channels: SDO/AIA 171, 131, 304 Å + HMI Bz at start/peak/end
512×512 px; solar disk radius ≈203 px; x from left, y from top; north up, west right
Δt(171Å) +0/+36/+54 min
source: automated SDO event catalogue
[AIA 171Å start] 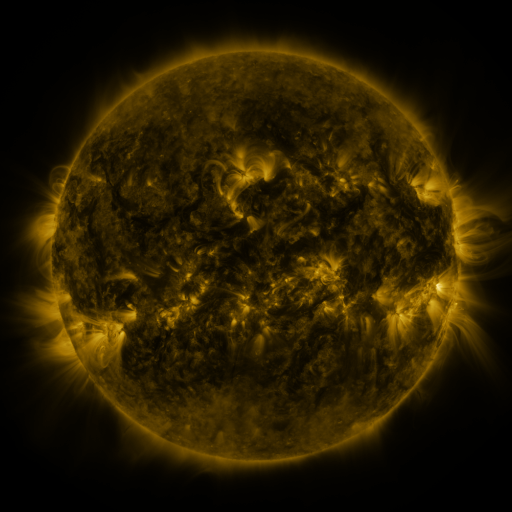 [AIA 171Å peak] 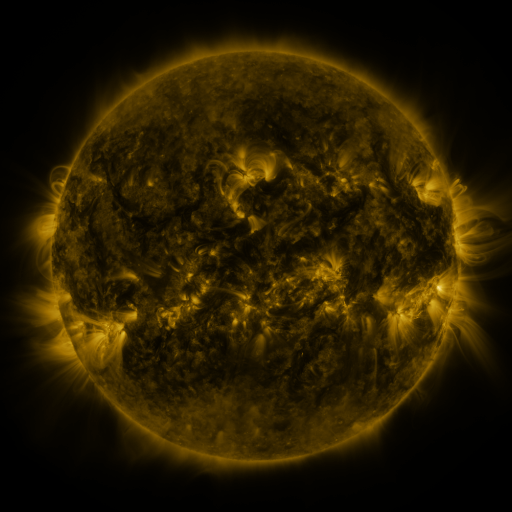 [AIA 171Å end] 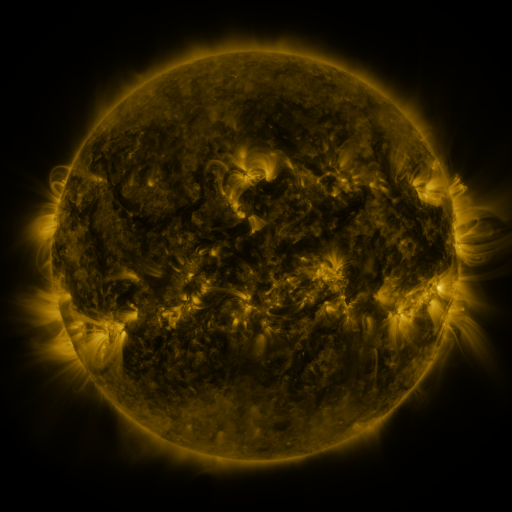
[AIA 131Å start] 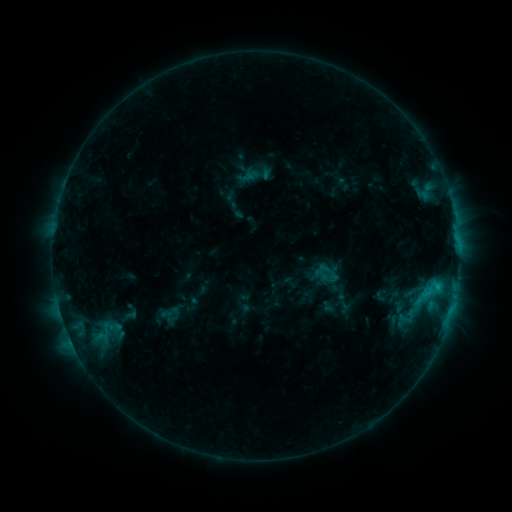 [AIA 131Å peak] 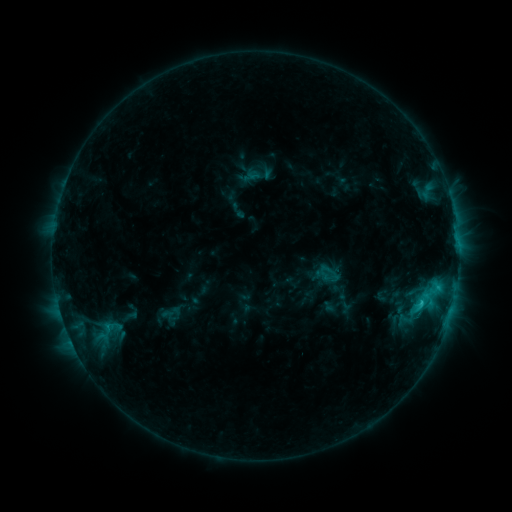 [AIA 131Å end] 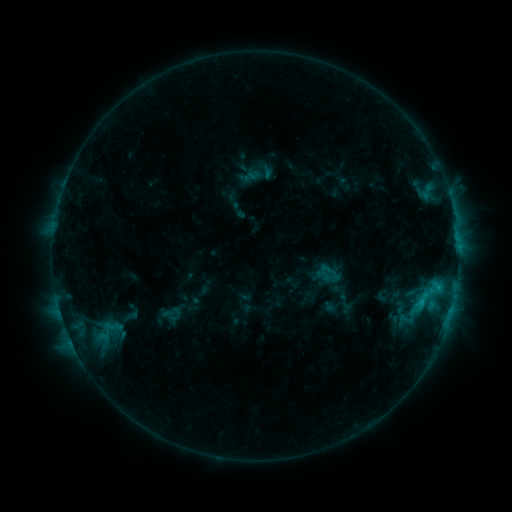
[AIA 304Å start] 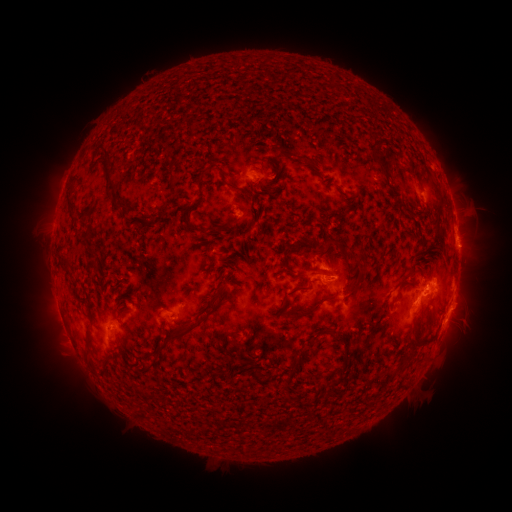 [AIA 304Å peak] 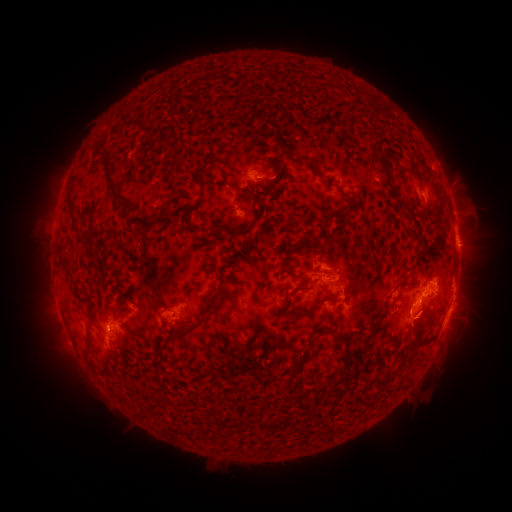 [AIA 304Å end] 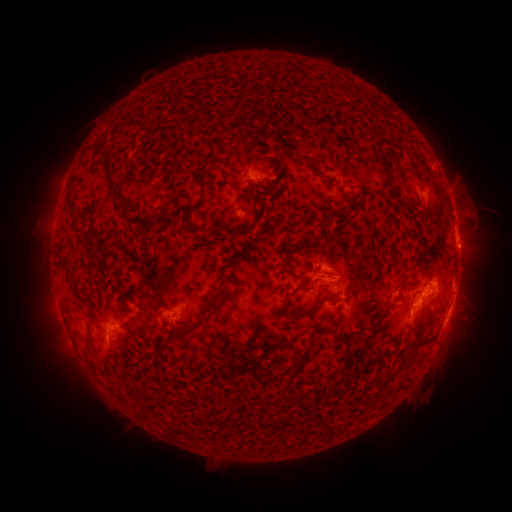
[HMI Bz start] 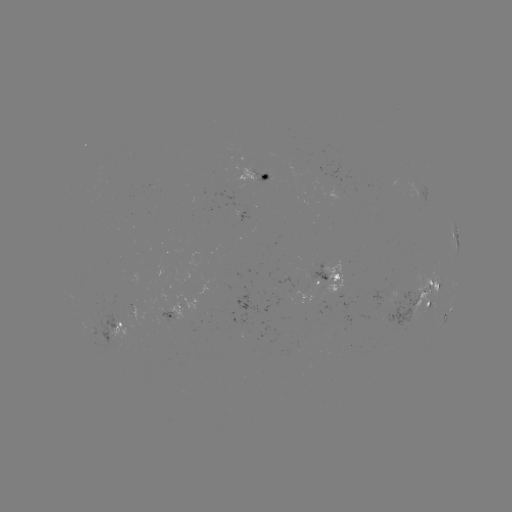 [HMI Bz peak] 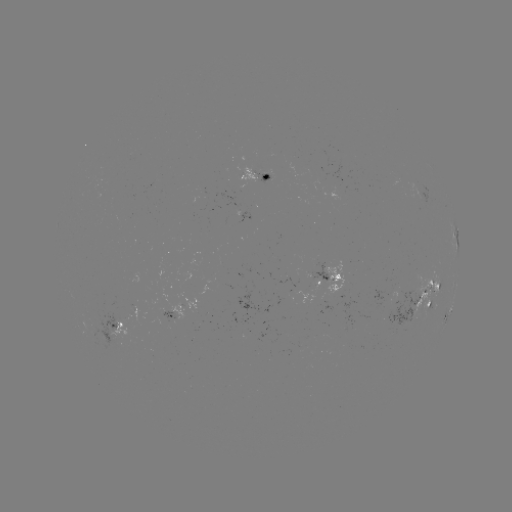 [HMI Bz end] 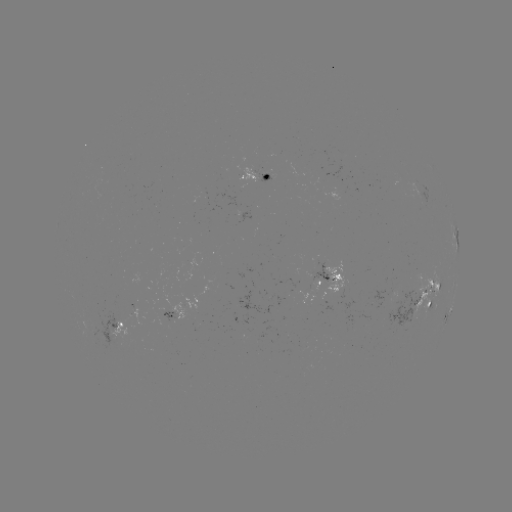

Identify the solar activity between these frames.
C2.0 flare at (420, 302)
